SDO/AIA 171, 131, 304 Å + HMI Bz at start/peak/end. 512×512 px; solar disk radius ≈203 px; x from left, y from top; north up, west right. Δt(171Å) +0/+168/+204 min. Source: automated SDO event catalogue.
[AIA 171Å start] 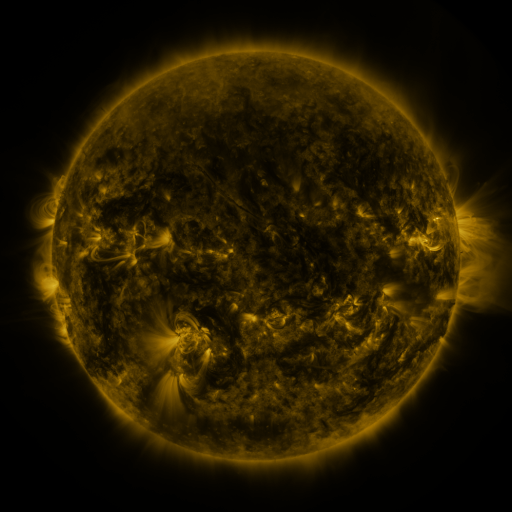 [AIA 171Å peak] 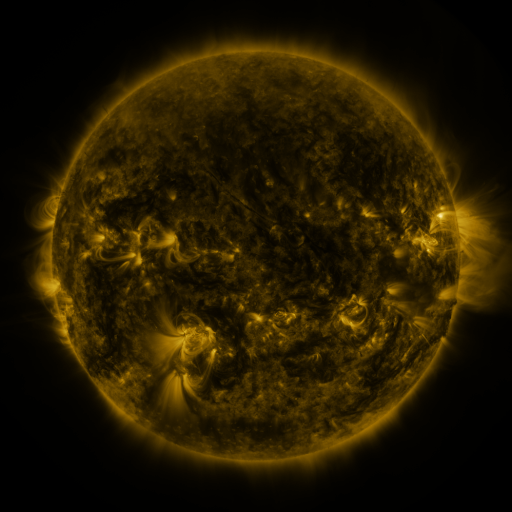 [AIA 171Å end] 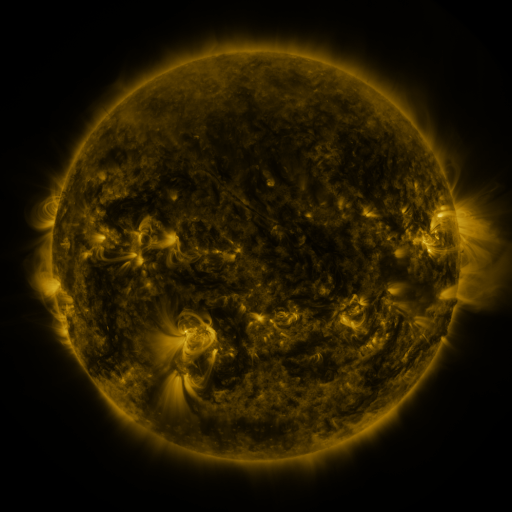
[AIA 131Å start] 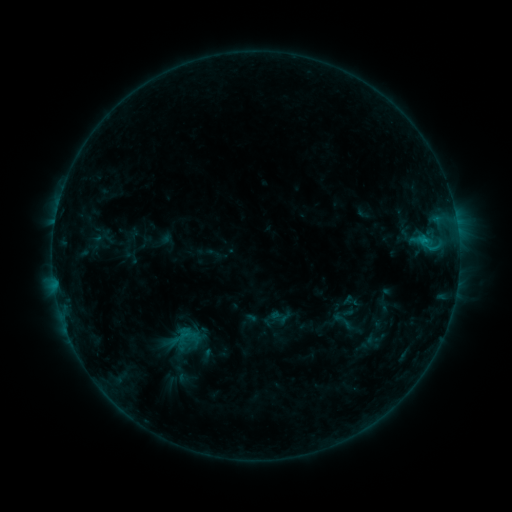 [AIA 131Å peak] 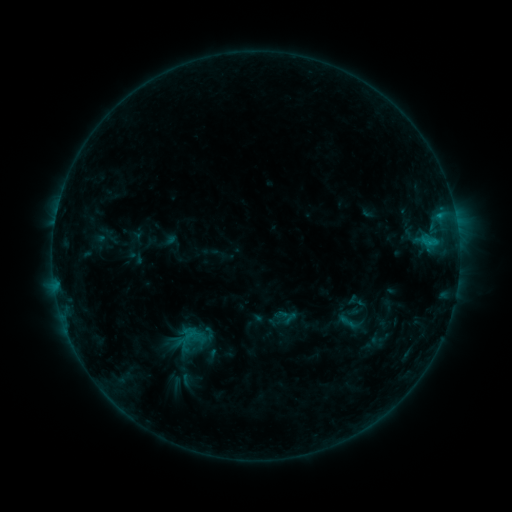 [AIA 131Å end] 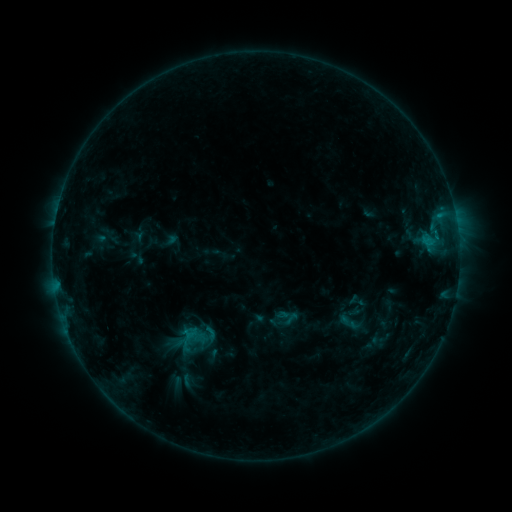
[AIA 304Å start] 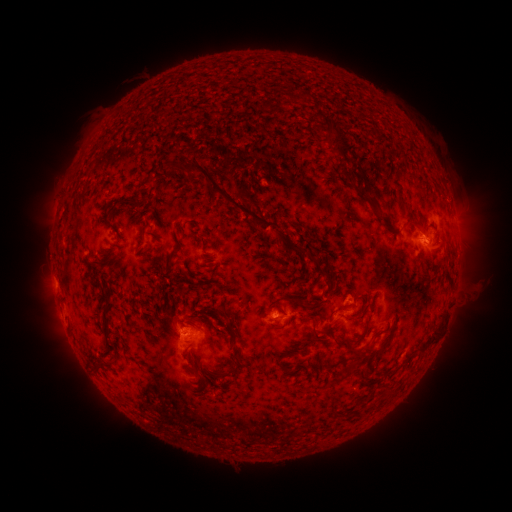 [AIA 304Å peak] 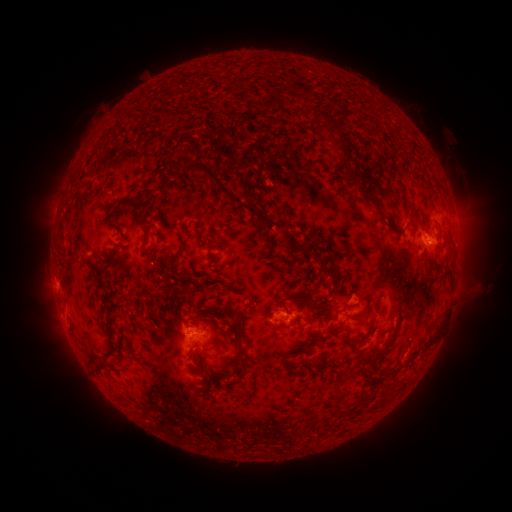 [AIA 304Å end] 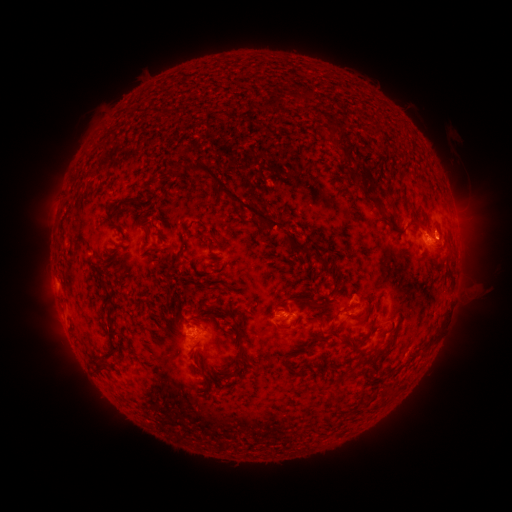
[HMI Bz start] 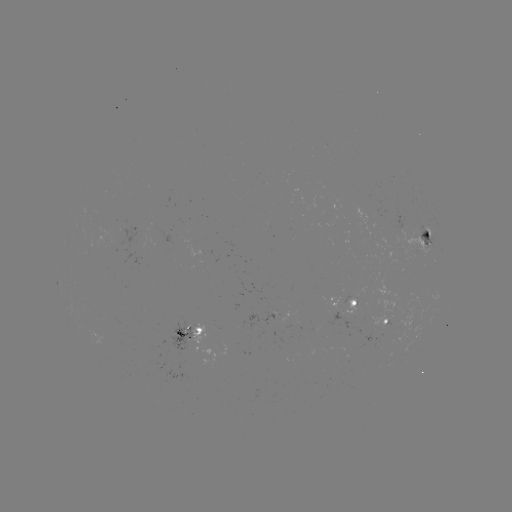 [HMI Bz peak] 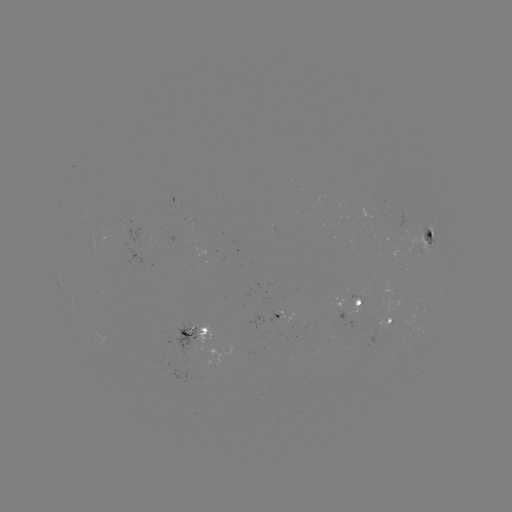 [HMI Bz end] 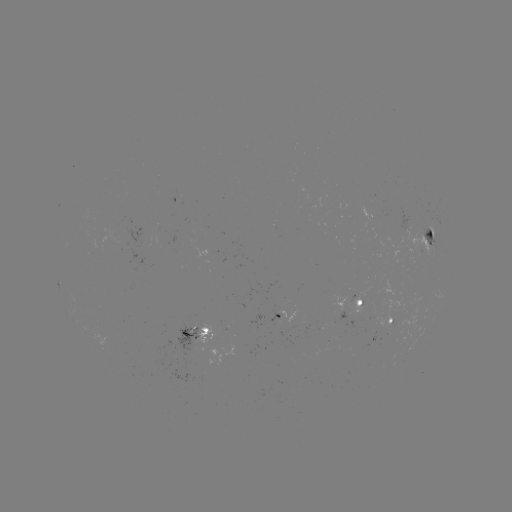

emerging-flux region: <bbox>193, 323, 215, 345</bbox>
